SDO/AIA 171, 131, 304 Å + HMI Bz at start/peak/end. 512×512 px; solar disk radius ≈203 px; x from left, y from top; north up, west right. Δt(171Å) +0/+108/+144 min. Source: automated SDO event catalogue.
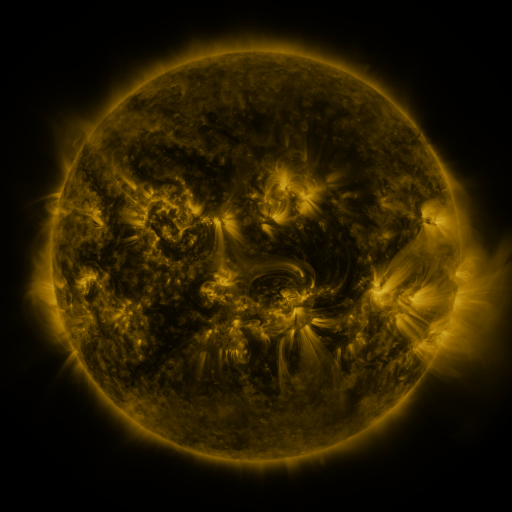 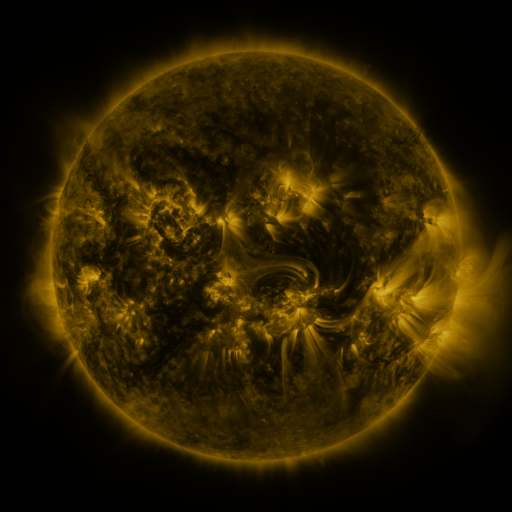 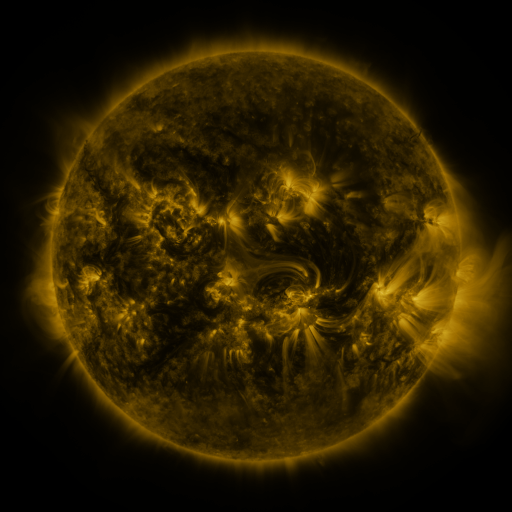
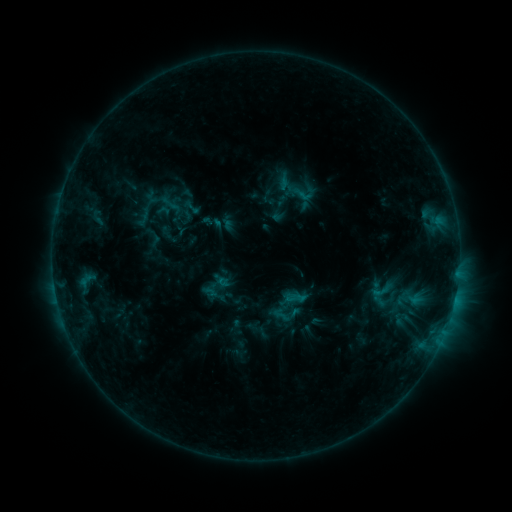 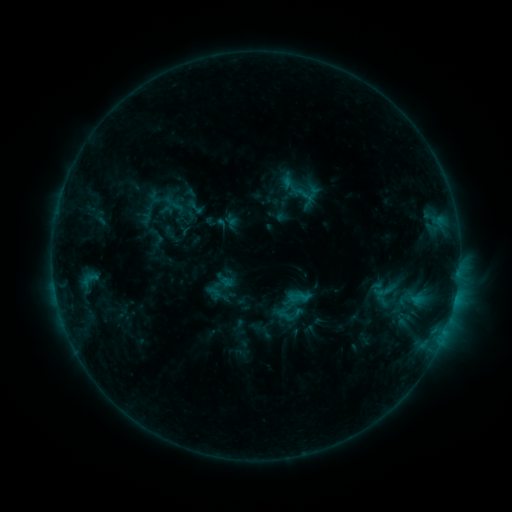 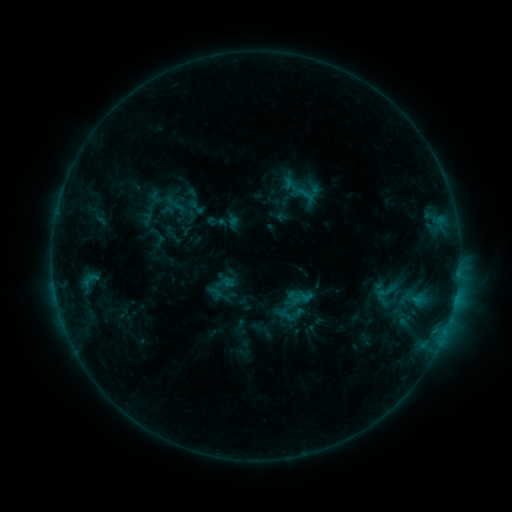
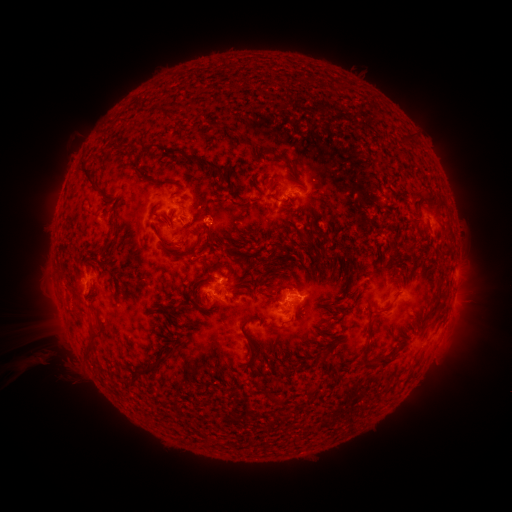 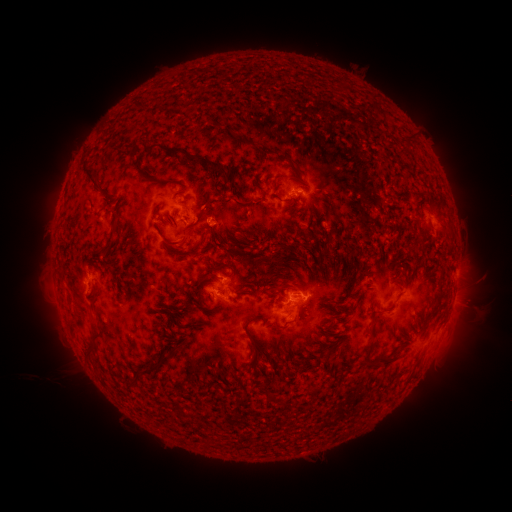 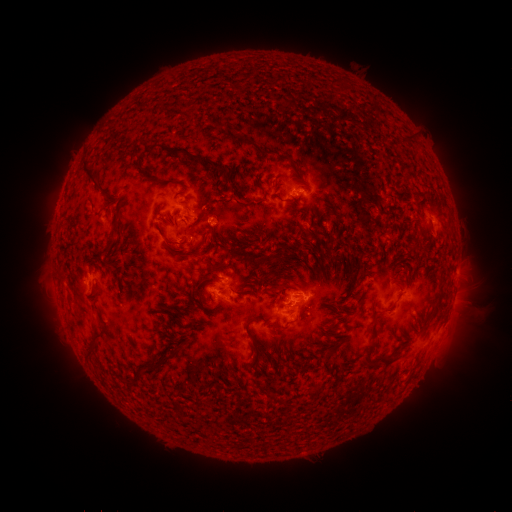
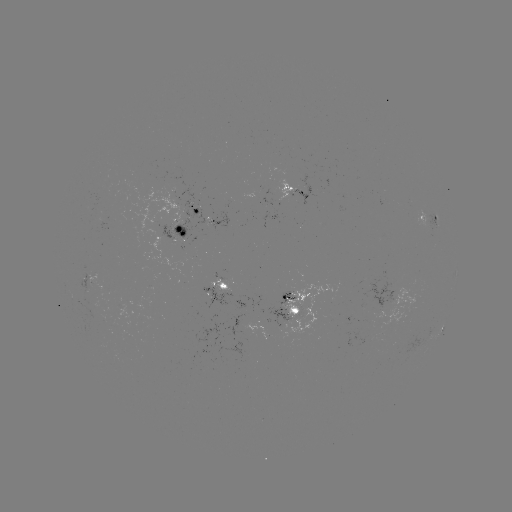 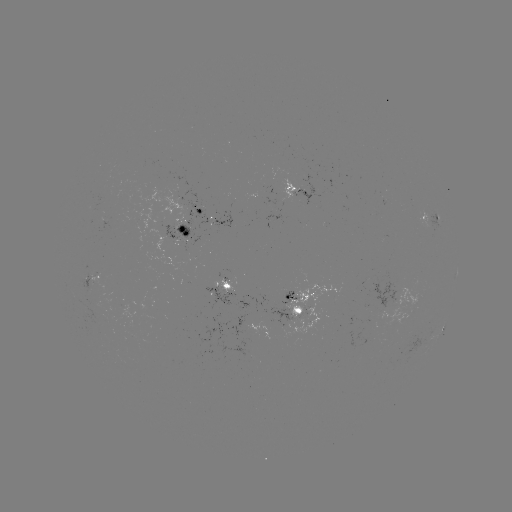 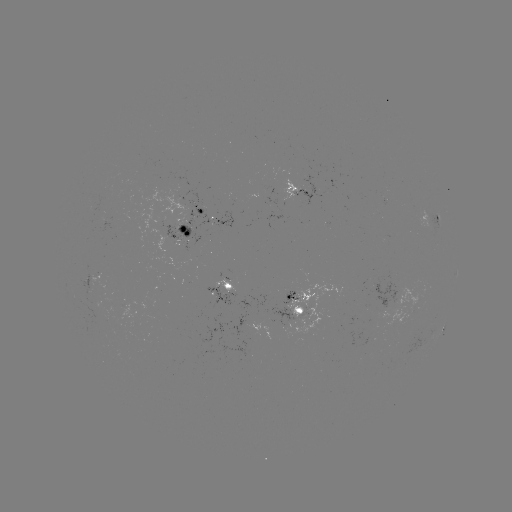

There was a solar emerging-flux region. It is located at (304, 313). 